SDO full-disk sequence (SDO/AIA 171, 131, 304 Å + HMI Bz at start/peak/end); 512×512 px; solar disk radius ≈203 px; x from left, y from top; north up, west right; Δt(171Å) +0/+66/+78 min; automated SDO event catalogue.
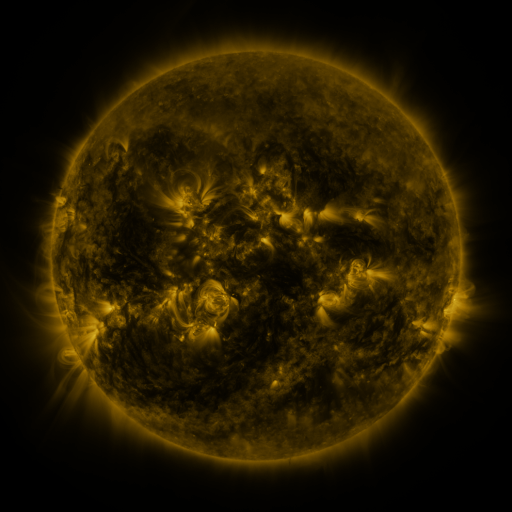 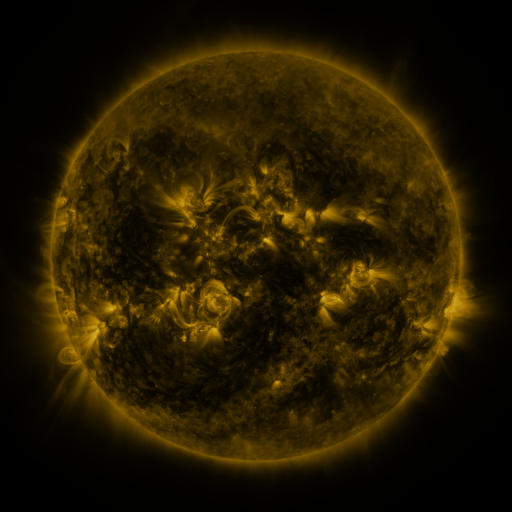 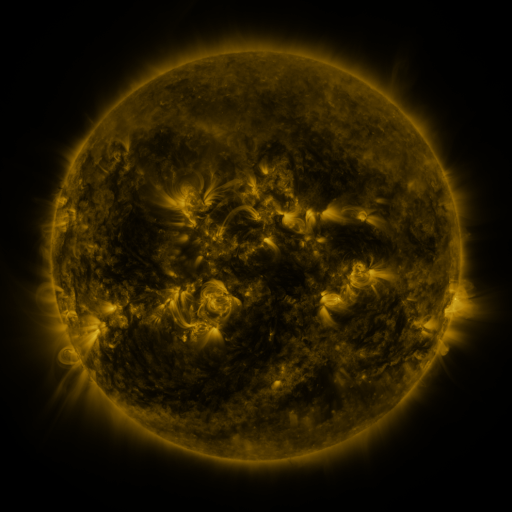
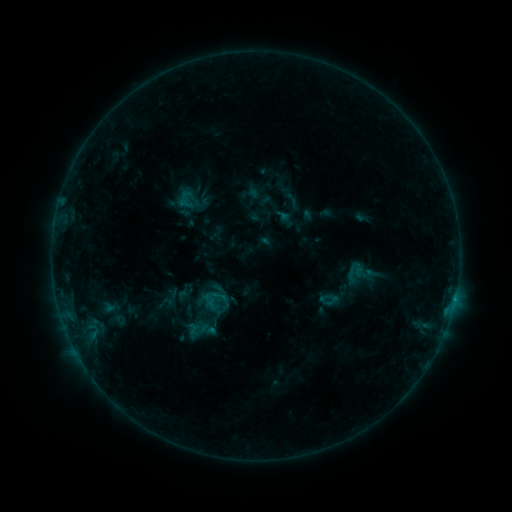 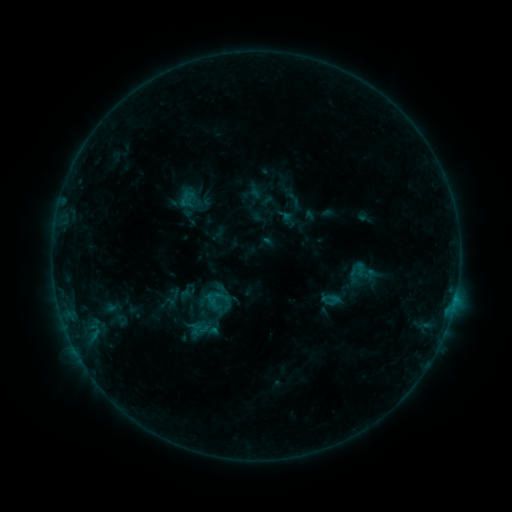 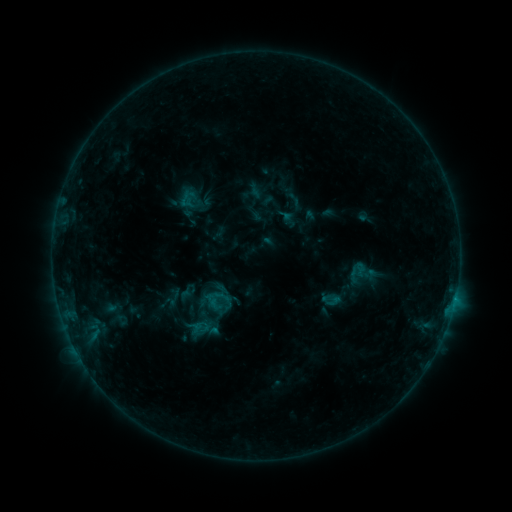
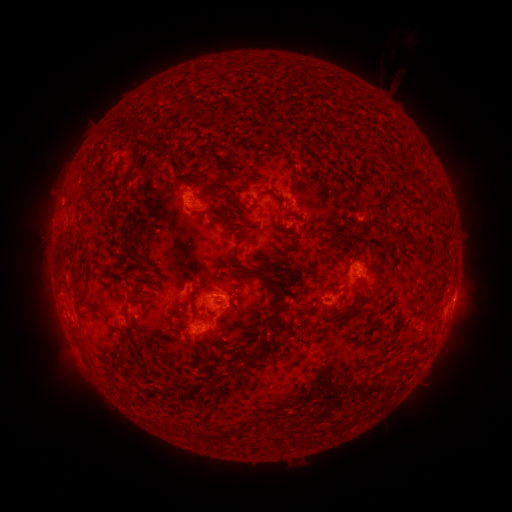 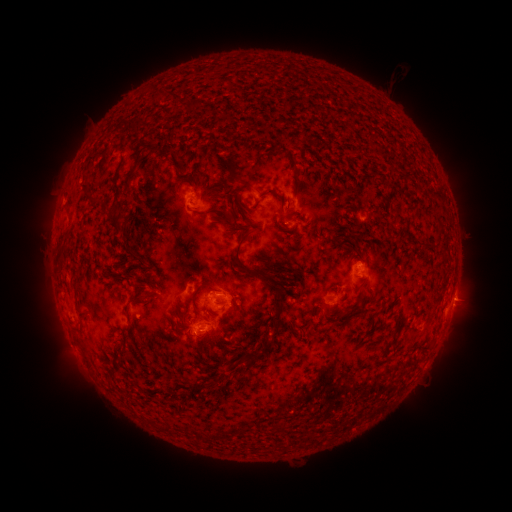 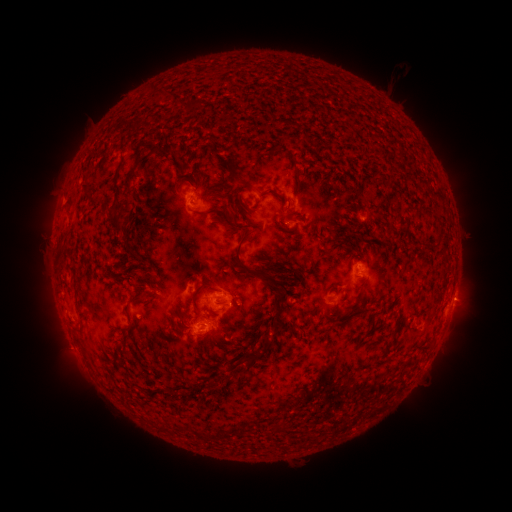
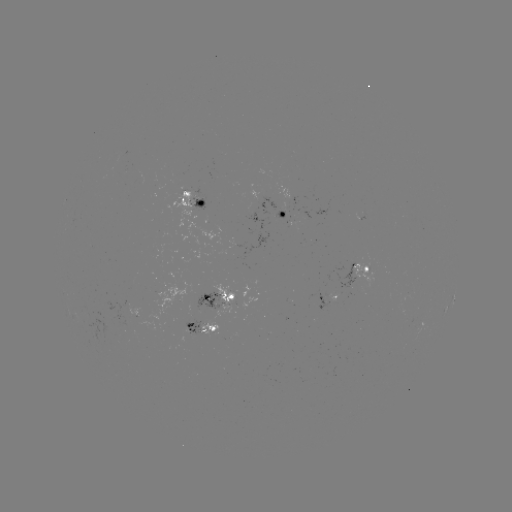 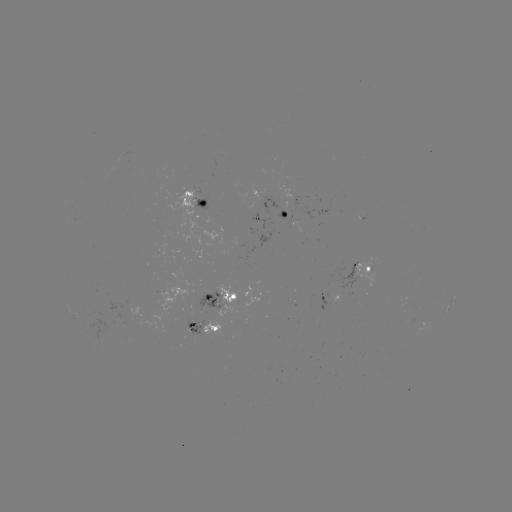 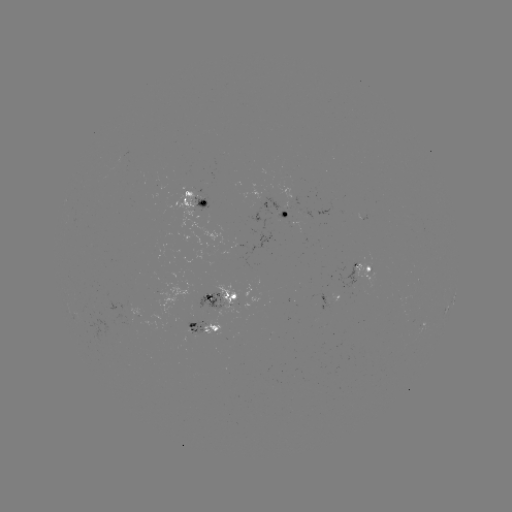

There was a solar emerging-flux region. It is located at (280, 217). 